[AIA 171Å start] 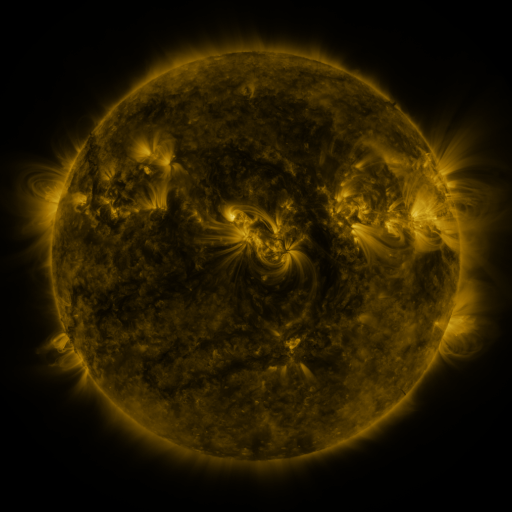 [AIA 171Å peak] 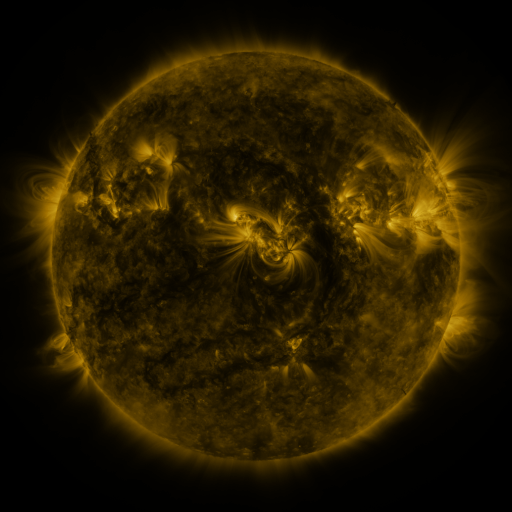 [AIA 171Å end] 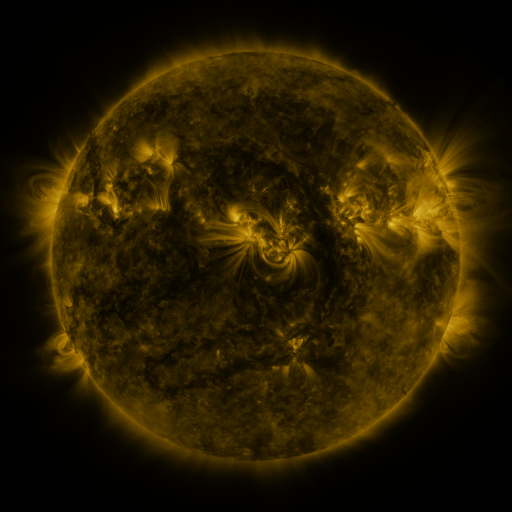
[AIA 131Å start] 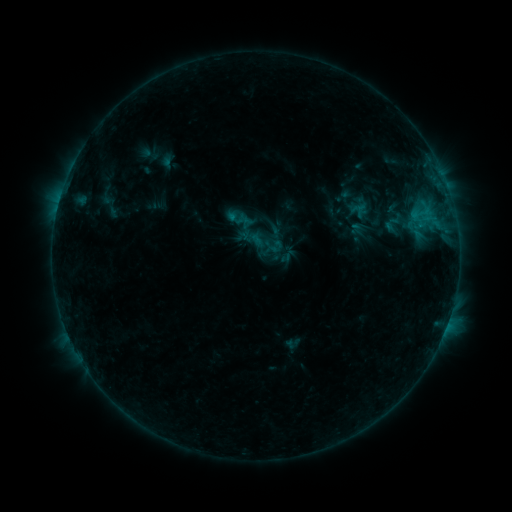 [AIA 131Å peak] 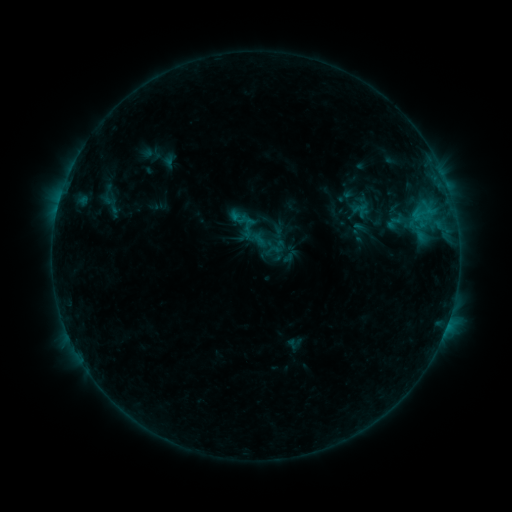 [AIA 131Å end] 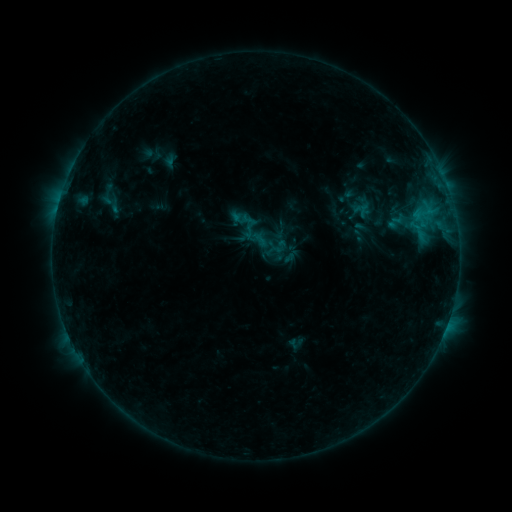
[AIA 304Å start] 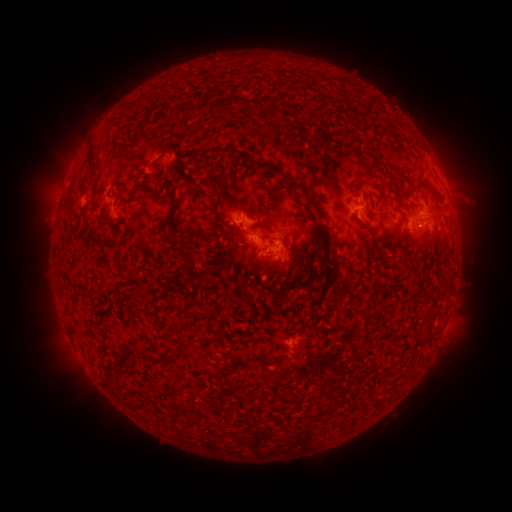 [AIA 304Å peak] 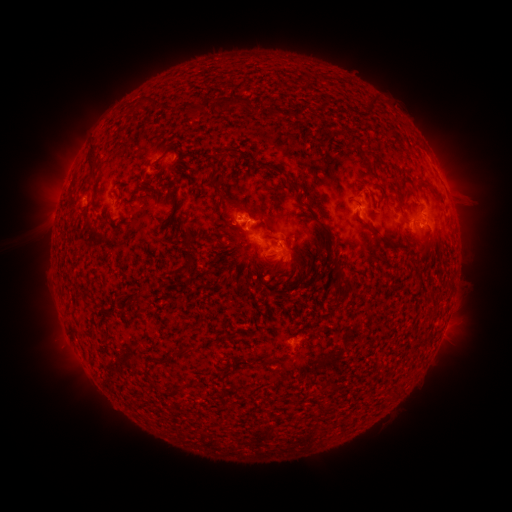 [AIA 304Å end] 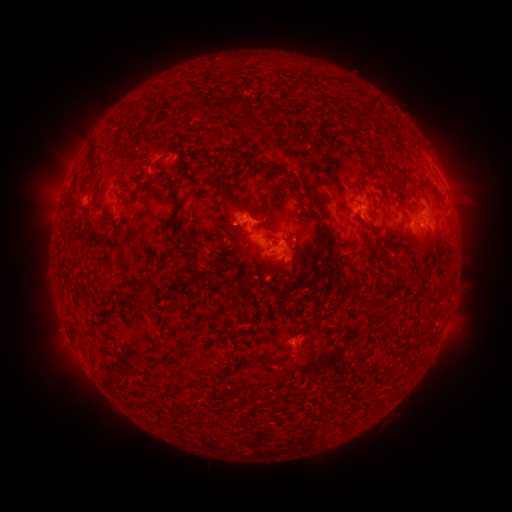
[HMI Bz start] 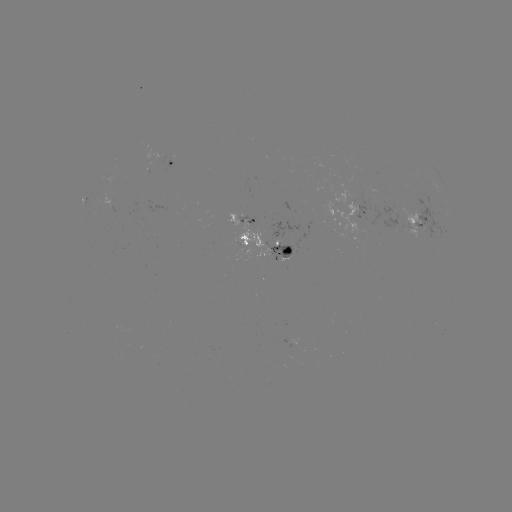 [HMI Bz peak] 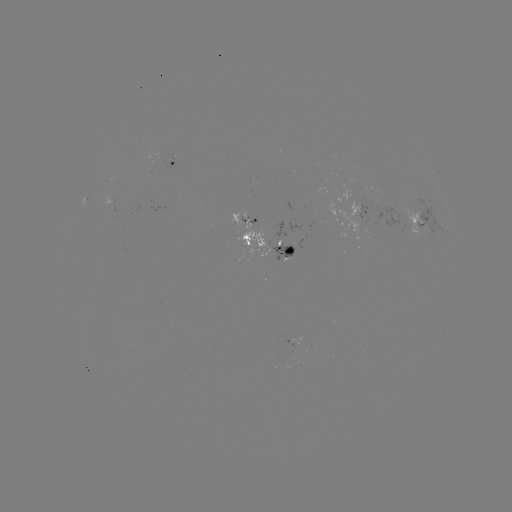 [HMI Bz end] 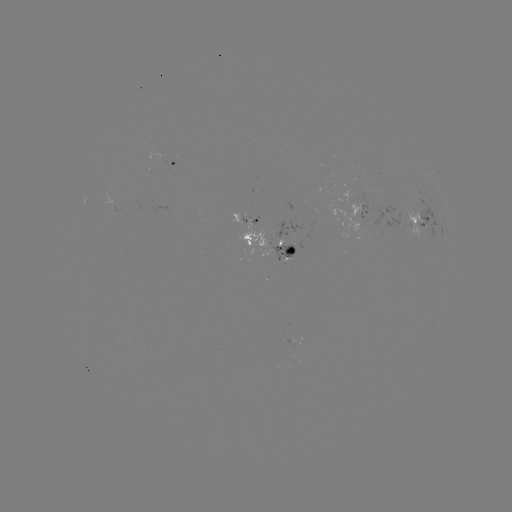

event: emerging-flux region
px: (394, 223)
